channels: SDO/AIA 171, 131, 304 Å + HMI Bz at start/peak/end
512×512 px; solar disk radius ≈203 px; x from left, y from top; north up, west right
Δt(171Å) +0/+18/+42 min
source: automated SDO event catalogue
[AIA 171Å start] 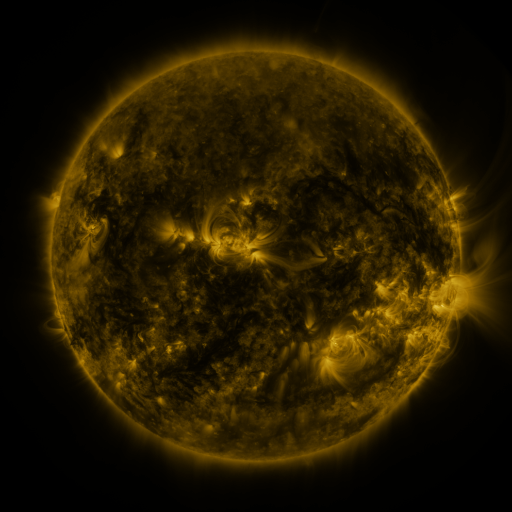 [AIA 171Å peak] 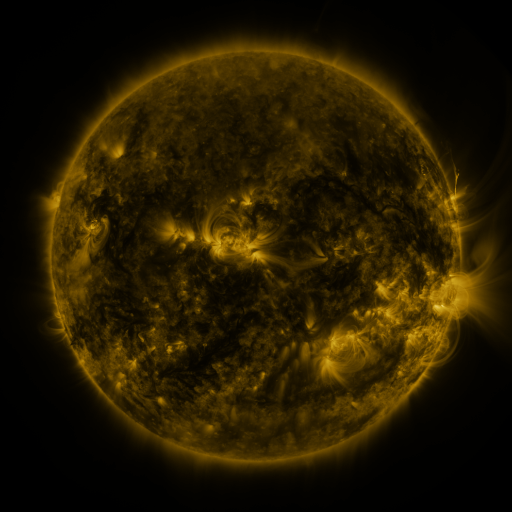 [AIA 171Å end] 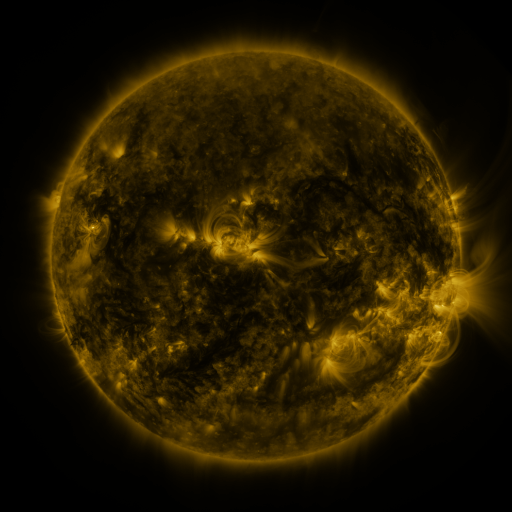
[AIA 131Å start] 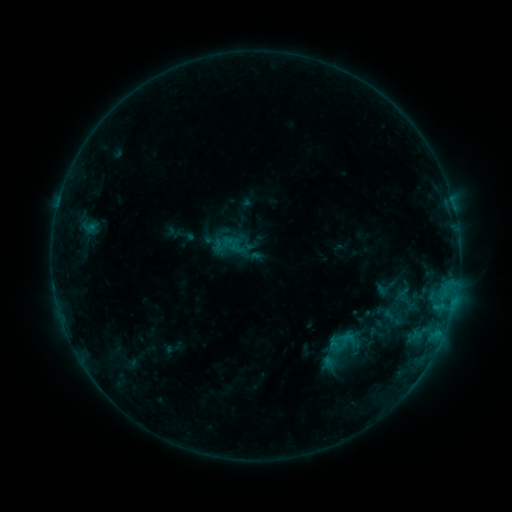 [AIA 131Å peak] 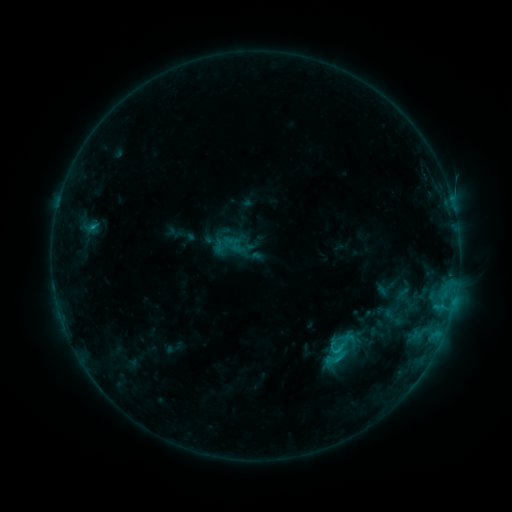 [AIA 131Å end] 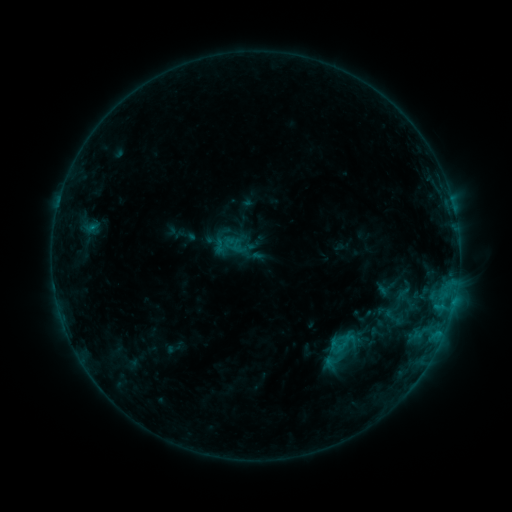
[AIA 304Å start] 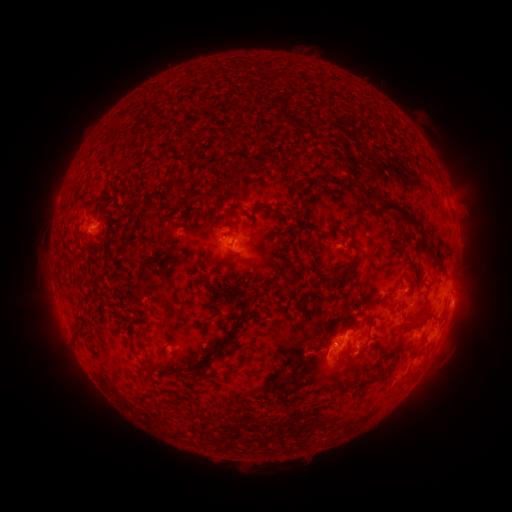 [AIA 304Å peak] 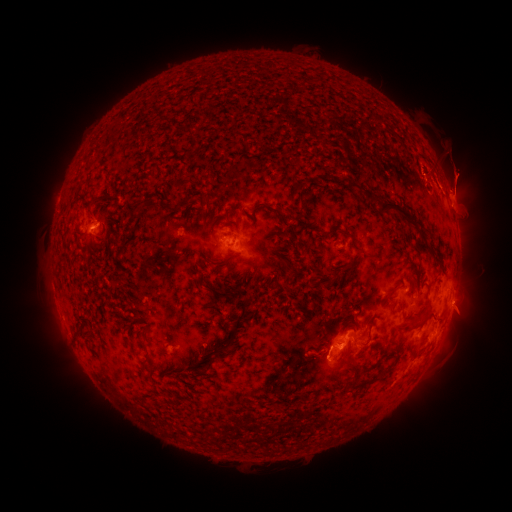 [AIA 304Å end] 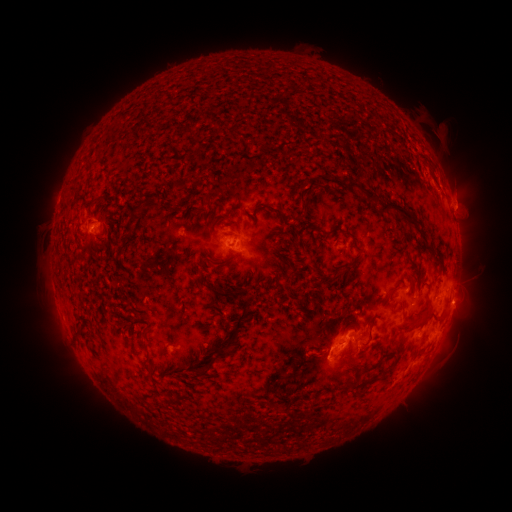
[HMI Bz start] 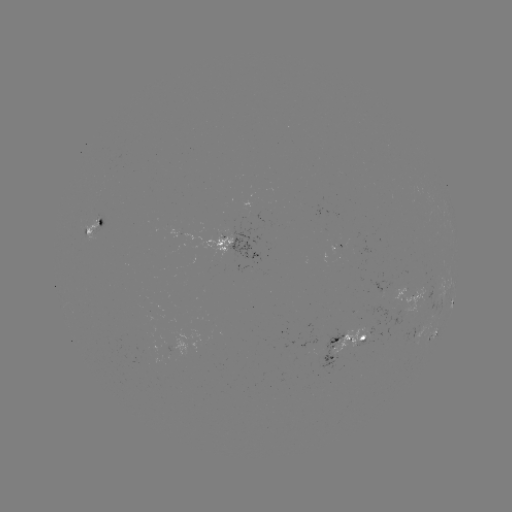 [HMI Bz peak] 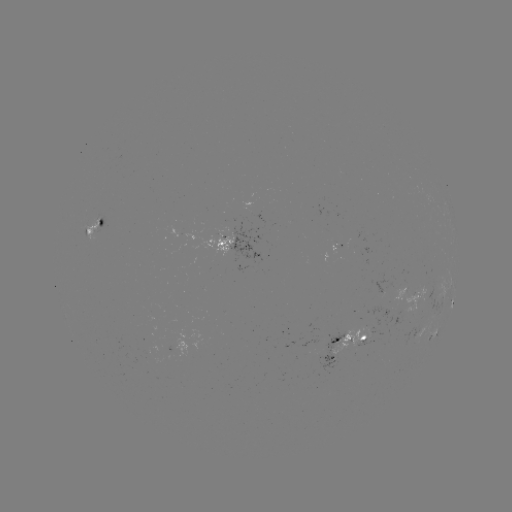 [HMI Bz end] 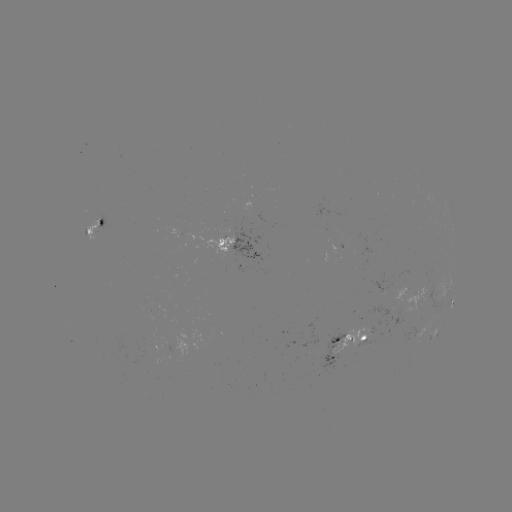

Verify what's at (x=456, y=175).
eruption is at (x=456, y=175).